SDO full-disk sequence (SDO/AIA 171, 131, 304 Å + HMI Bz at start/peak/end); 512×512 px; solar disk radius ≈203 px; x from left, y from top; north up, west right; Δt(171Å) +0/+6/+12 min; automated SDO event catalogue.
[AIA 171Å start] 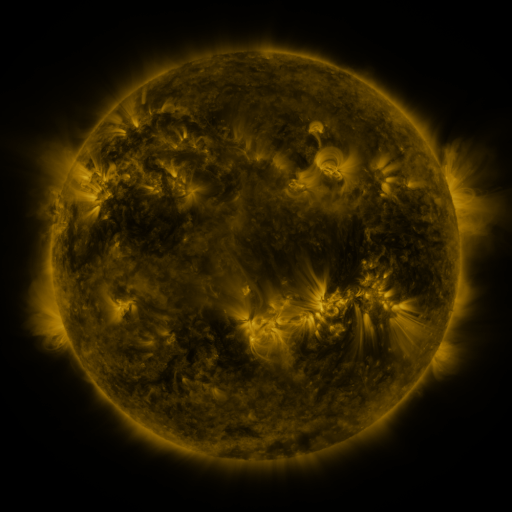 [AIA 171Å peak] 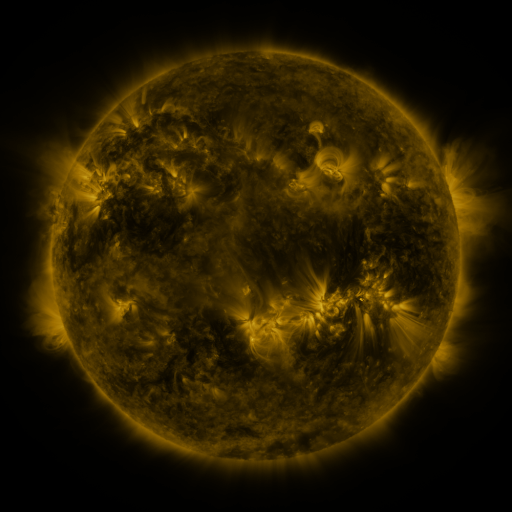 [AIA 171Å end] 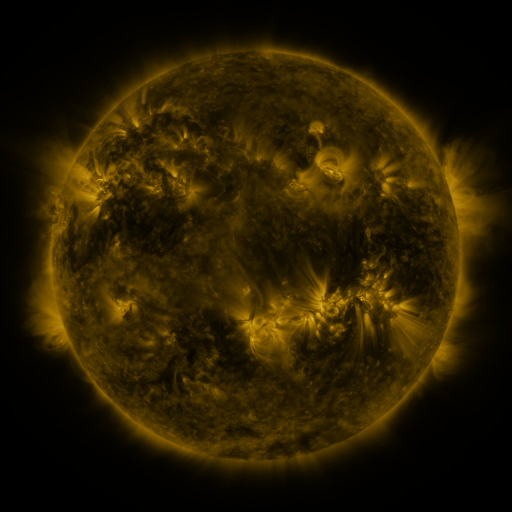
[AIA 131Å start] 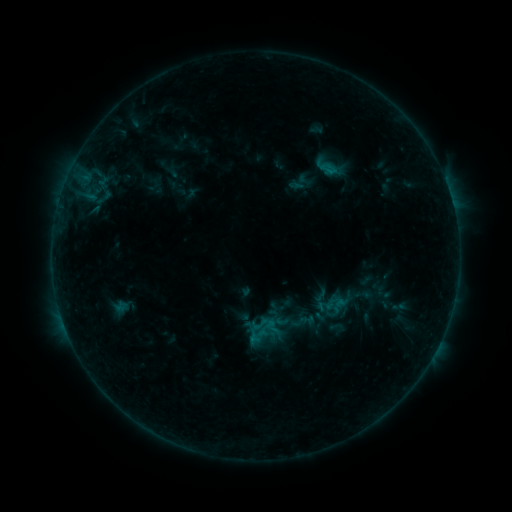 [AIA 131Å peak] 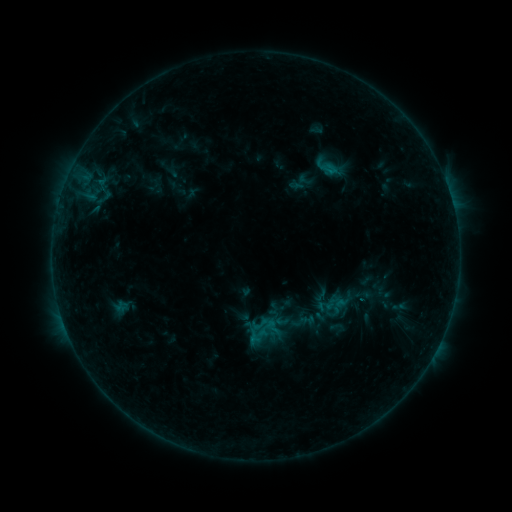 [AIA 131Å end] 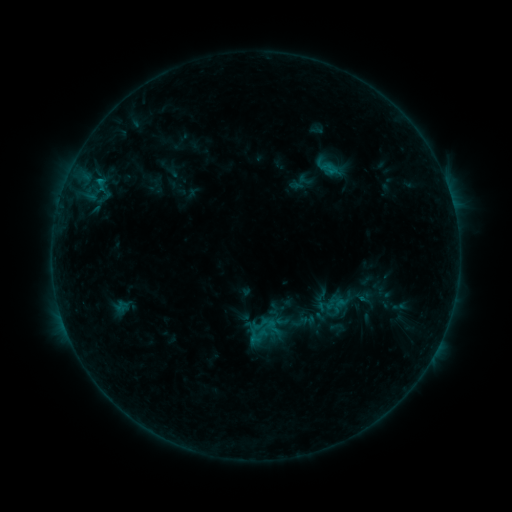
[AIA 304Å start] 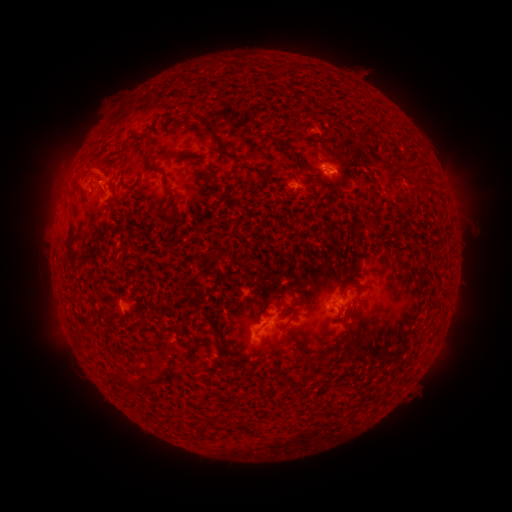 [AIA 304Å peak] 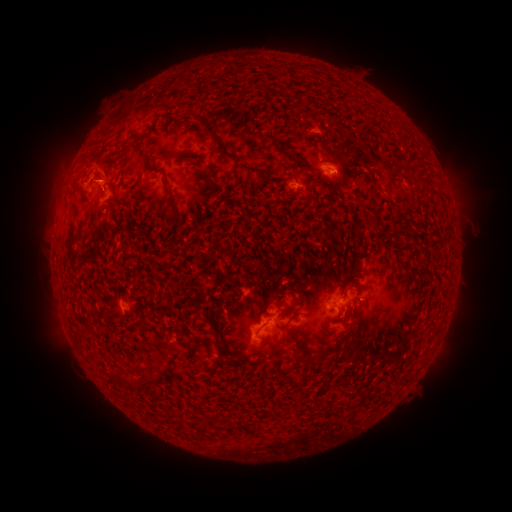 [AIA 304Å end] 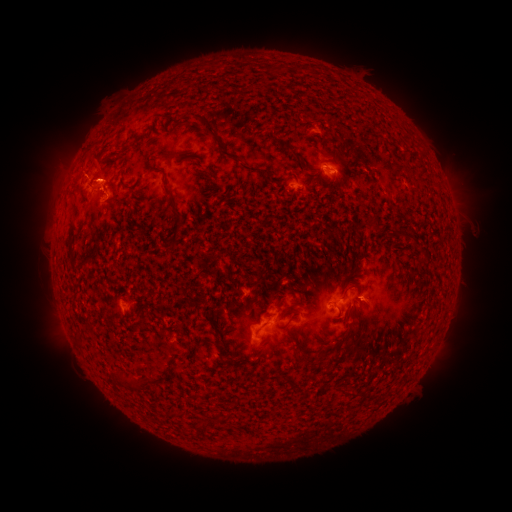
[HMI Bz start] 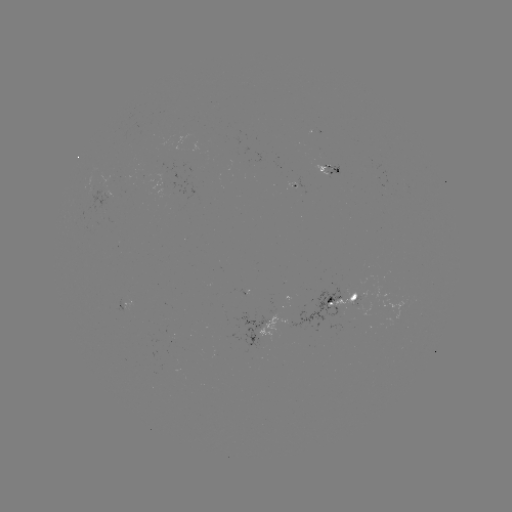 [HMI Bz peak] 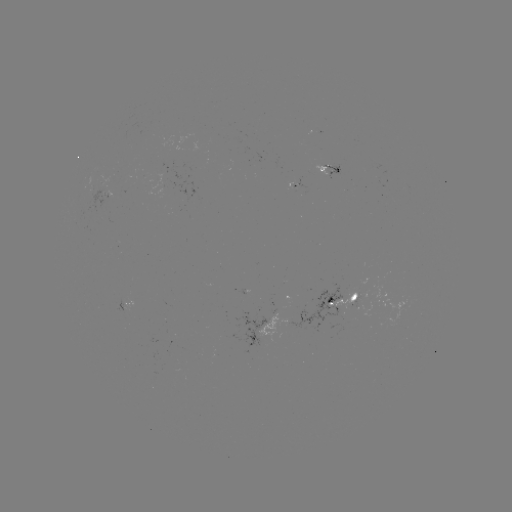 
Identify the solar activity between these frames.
eruption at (90, 118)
